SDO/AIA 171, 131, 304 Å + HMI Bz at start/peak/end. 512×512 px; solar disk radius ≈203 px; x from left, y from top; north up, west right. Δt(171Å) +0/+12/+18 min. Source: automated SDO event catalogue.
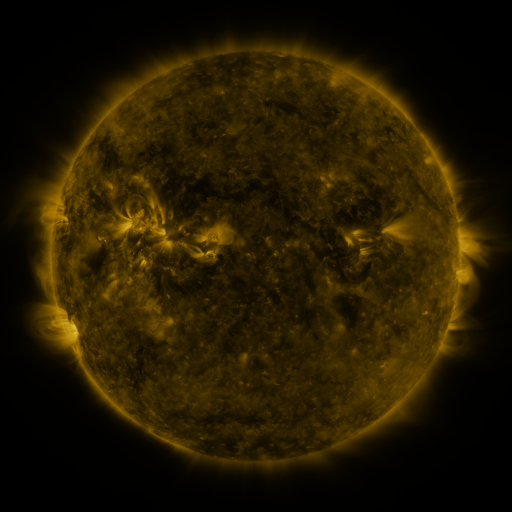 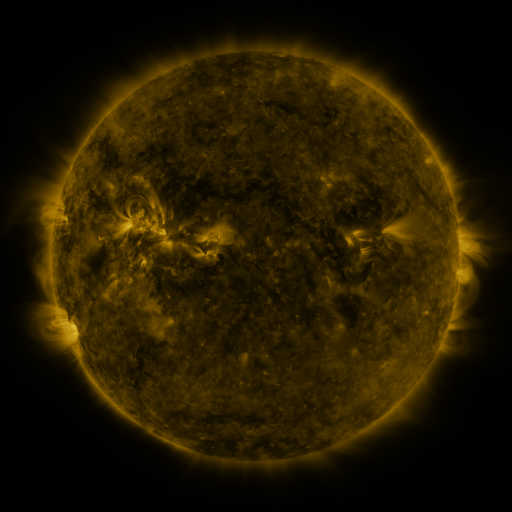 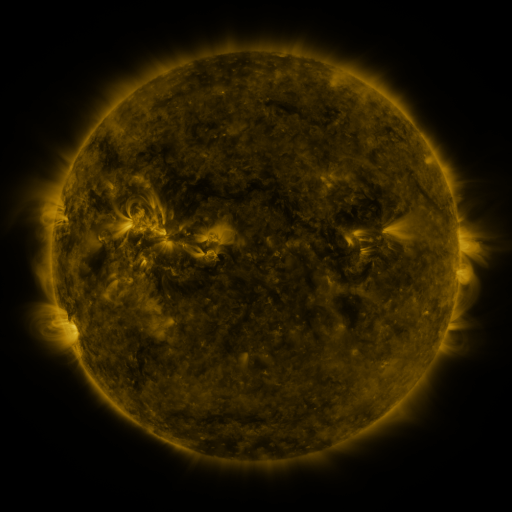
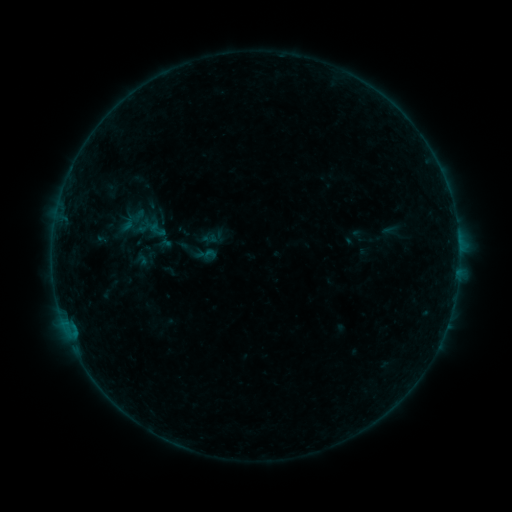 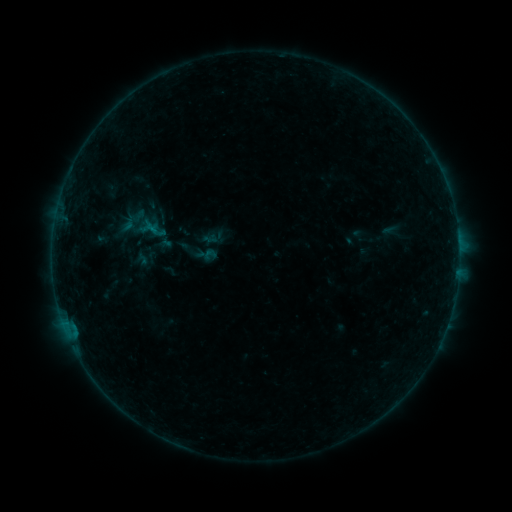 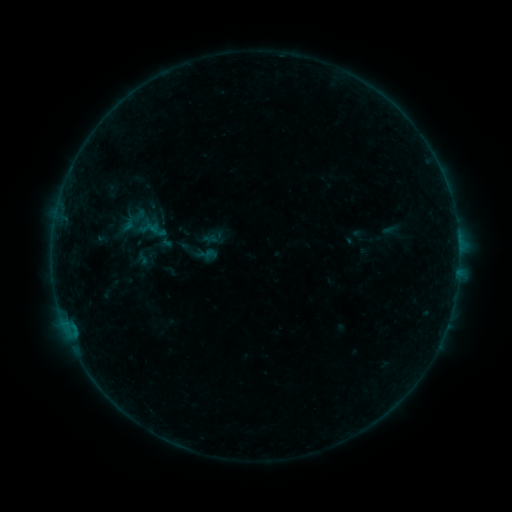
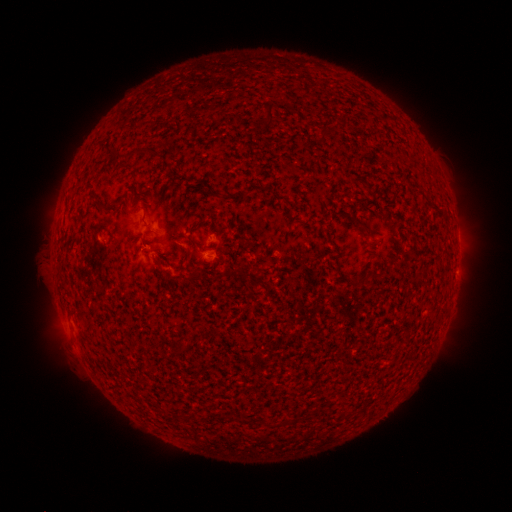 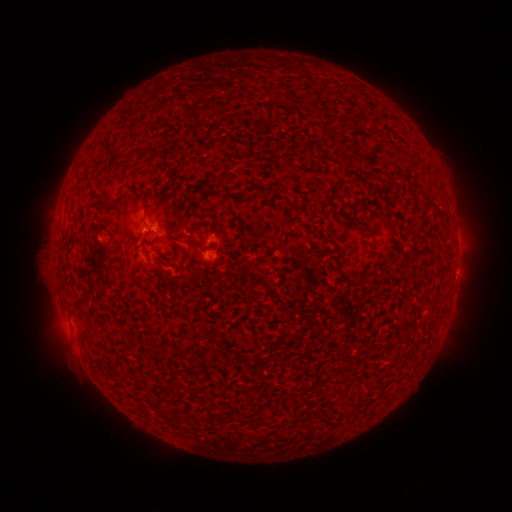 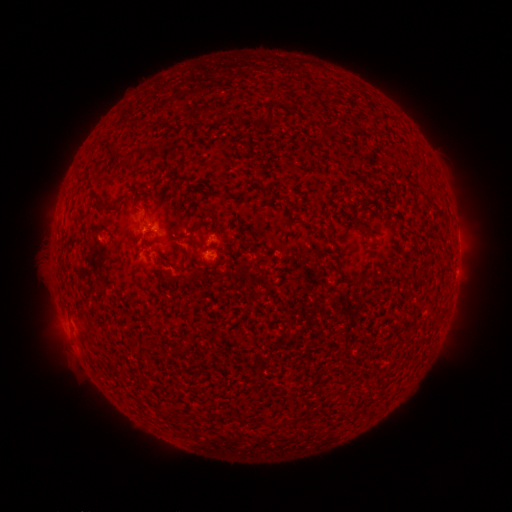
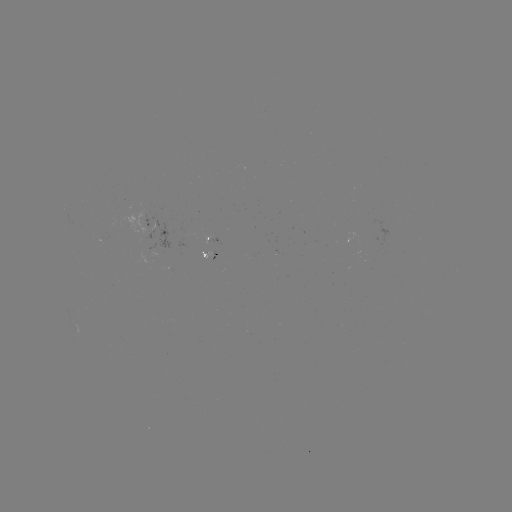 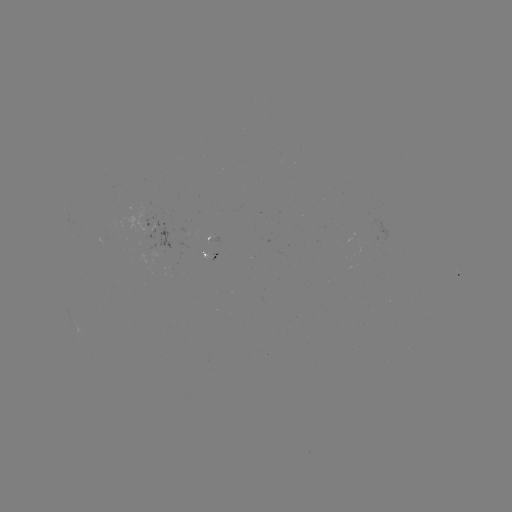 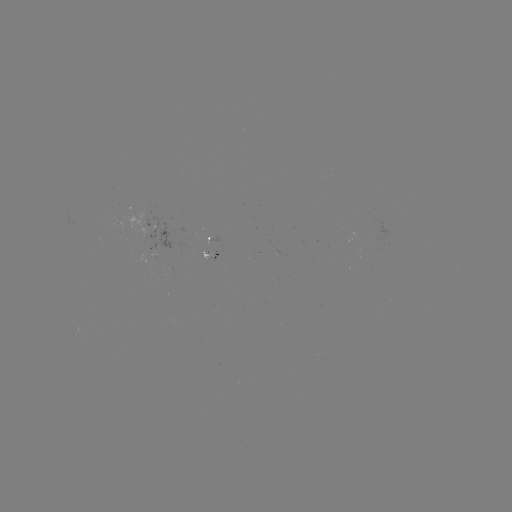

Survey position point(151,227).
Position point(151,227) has B2.0 flare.